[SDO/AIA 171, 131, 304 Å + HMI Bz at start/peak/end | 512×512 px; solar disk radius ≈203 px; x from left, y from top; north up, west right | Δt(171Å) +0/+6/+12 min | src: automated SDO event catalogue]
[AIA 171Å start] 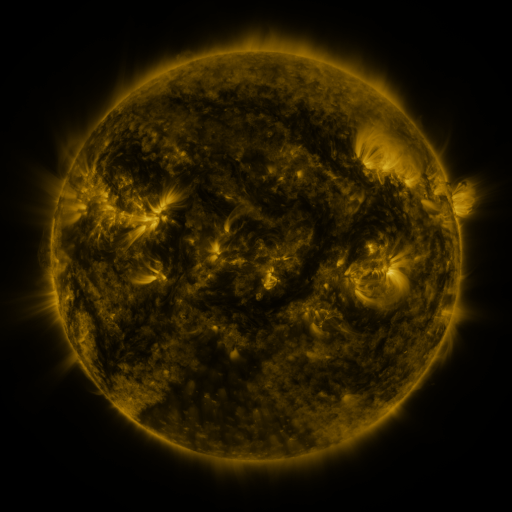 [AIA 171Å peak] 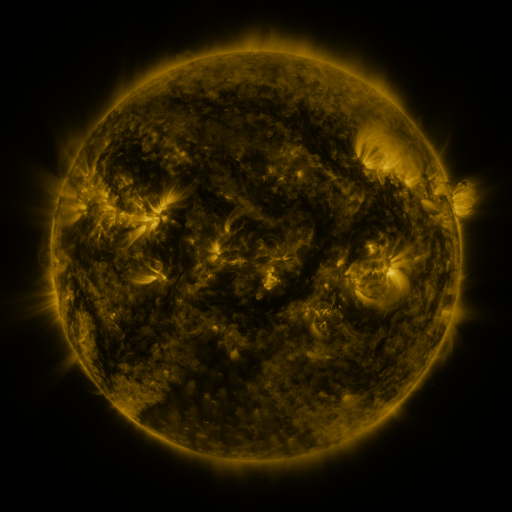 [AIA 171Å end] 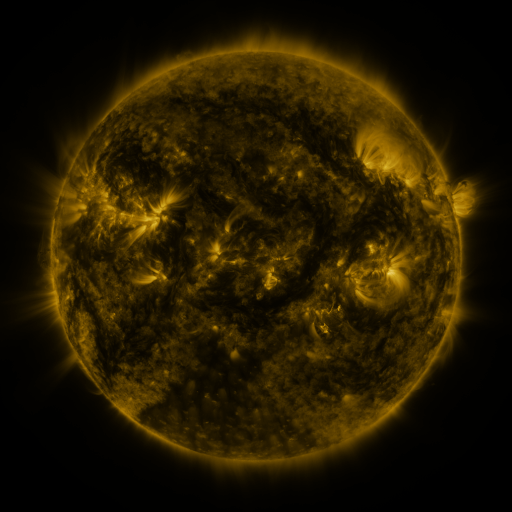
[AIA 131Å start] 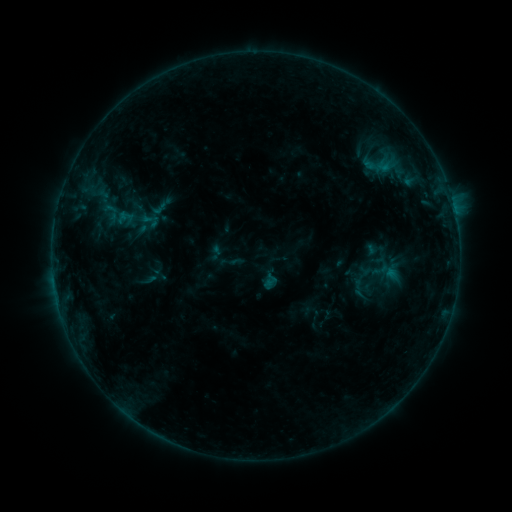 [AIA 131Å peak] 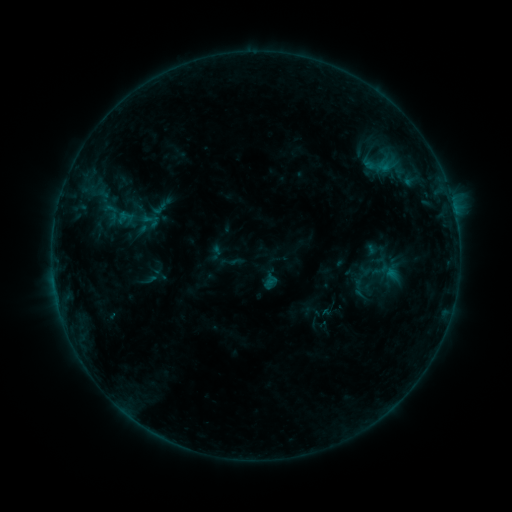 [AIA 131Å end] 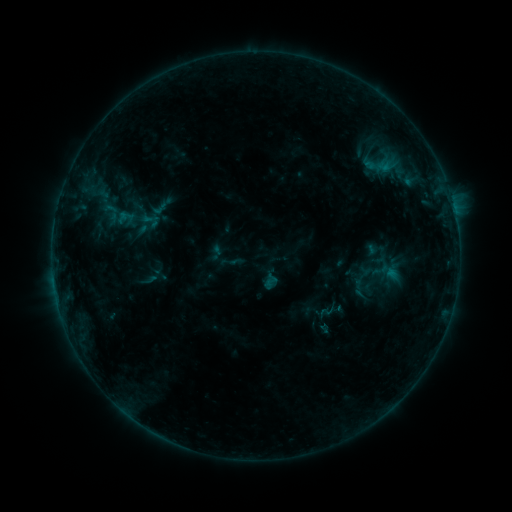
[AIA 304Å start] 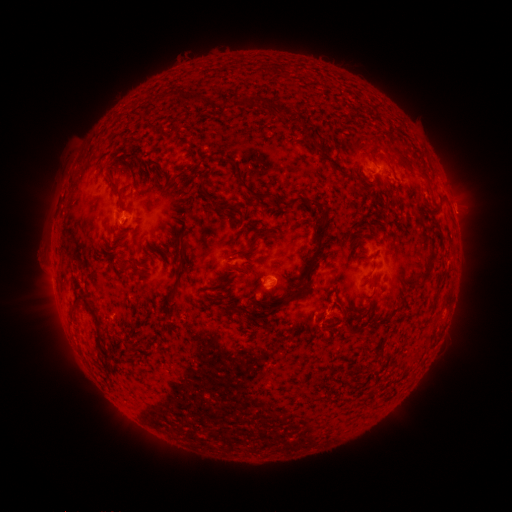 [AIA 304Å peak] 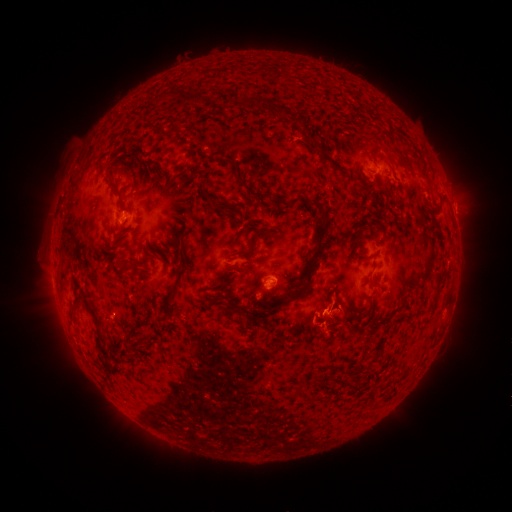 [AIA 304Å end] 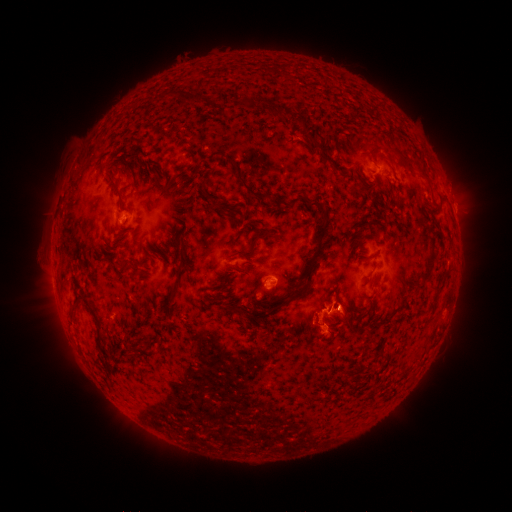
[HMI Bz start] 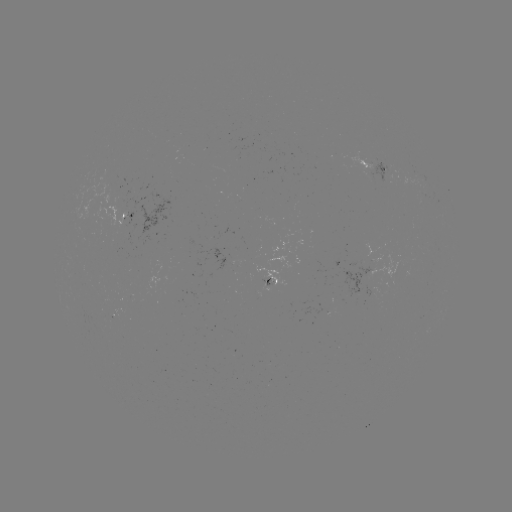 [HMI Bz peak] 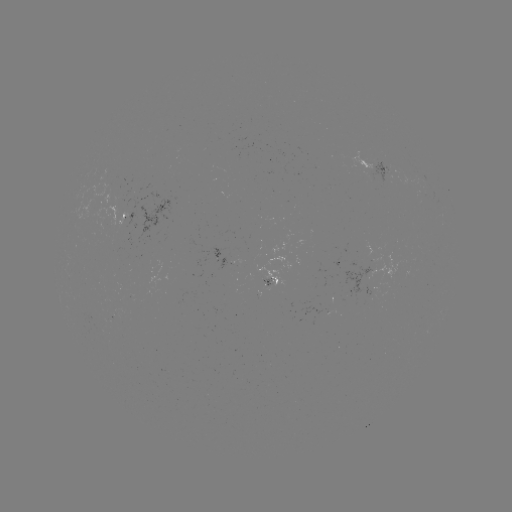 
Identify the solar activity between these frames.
eruption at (326, 304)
